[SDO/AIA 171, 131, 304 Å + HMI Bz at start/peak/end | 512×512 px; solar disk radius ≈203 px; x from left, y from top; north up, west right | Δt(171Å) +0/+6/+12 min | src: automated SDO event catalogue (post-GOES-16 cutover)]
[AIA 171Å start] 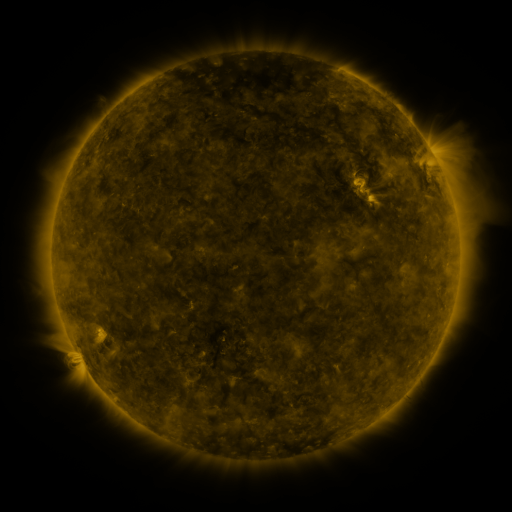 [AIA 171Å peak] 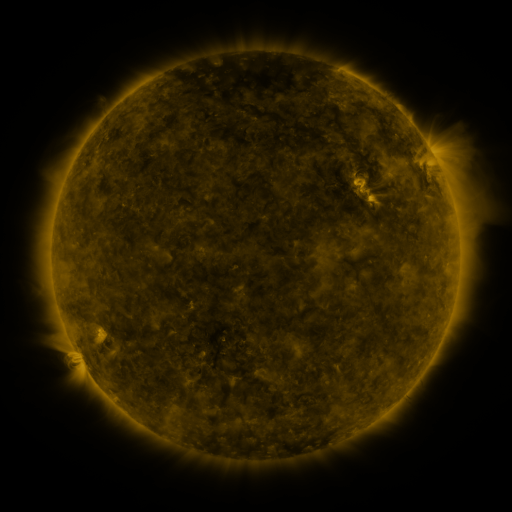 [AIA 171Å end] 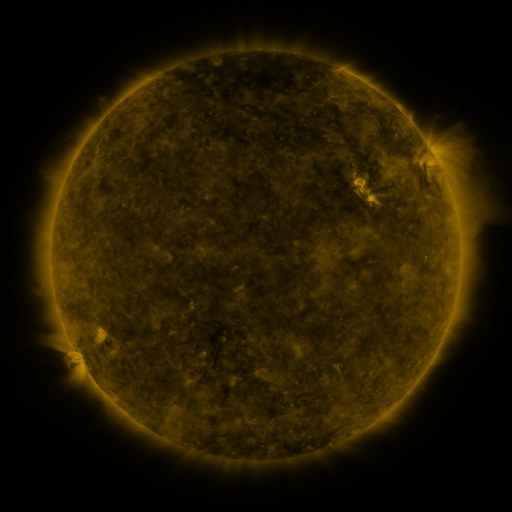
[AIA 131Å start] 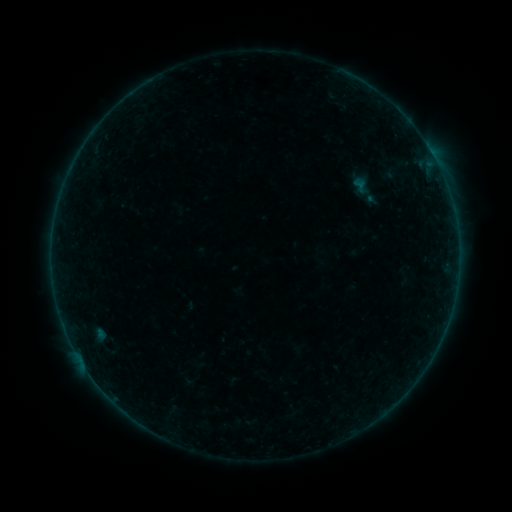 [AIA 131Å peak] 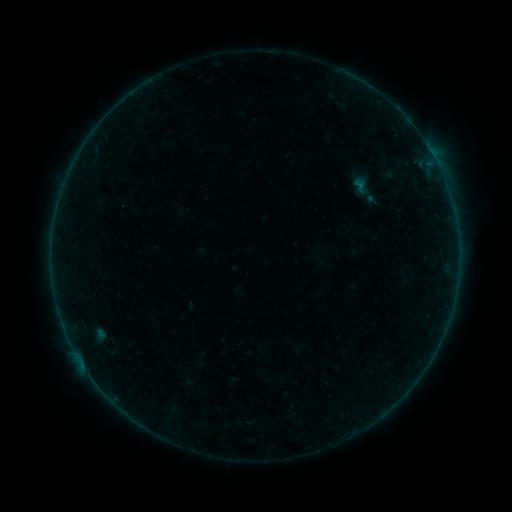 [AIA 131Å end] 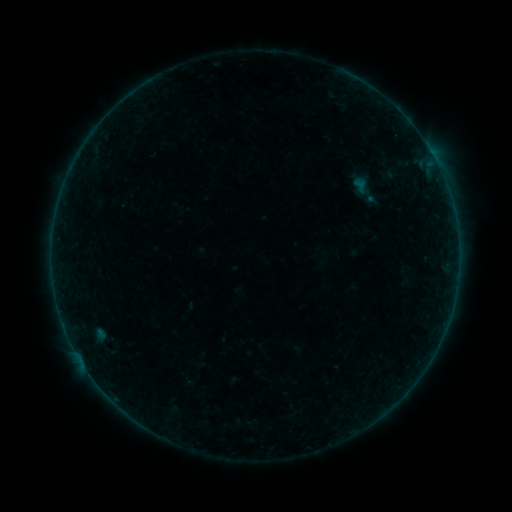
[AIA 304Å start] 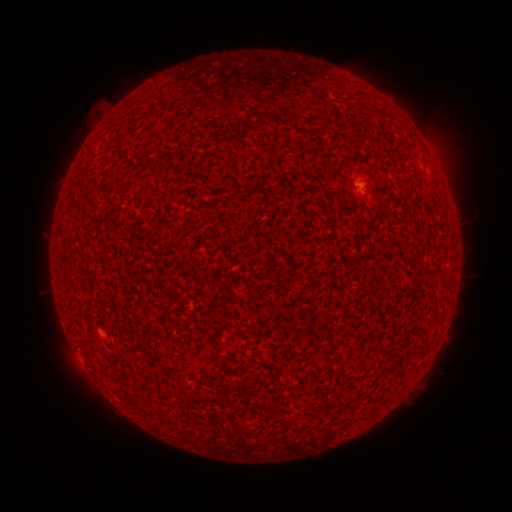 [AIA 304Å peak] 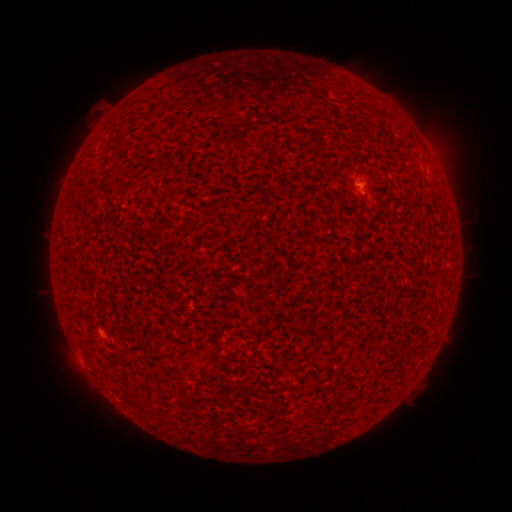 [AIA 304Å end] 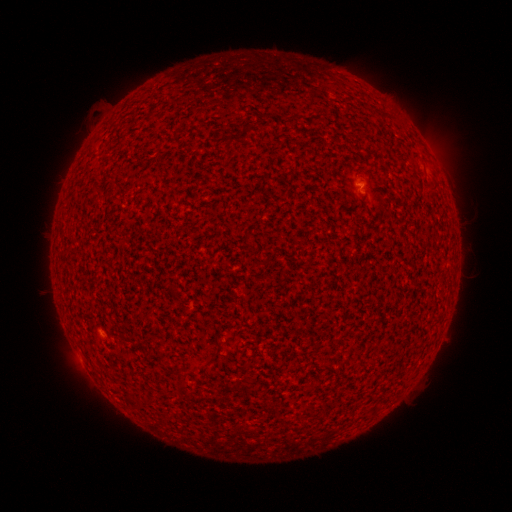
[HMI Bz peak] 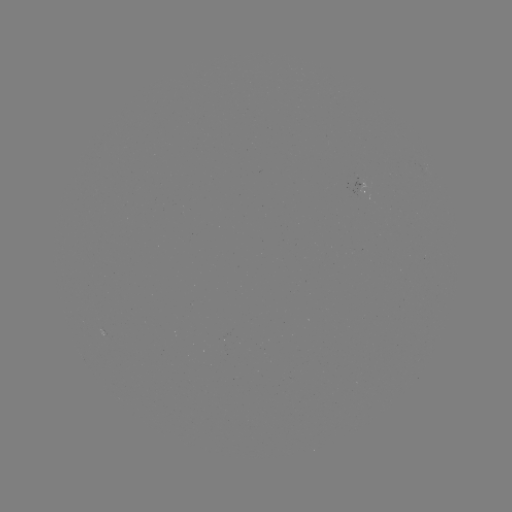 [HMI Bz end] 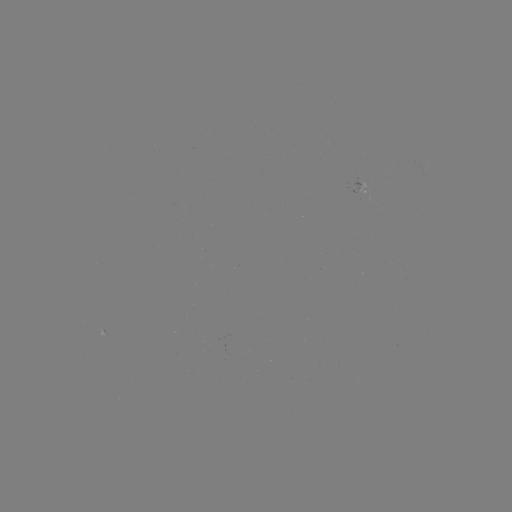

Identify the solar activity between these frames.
A8.0 flare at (359, 187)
